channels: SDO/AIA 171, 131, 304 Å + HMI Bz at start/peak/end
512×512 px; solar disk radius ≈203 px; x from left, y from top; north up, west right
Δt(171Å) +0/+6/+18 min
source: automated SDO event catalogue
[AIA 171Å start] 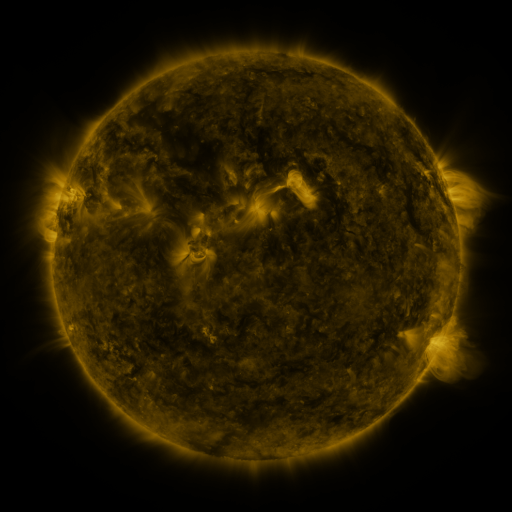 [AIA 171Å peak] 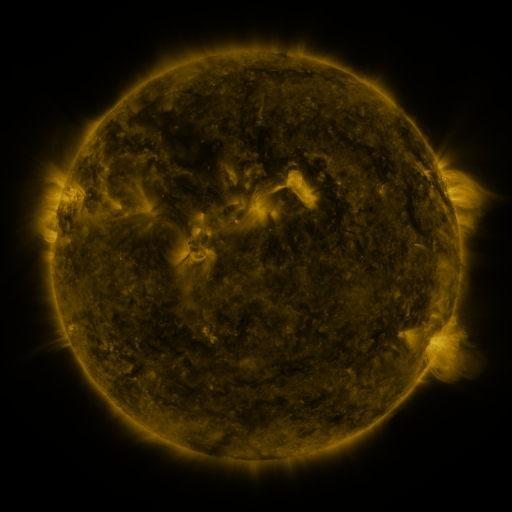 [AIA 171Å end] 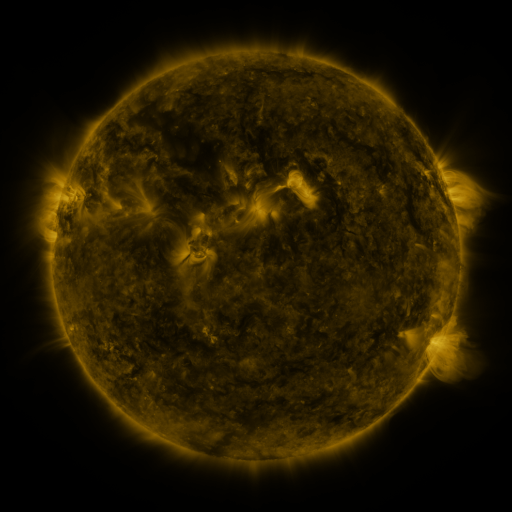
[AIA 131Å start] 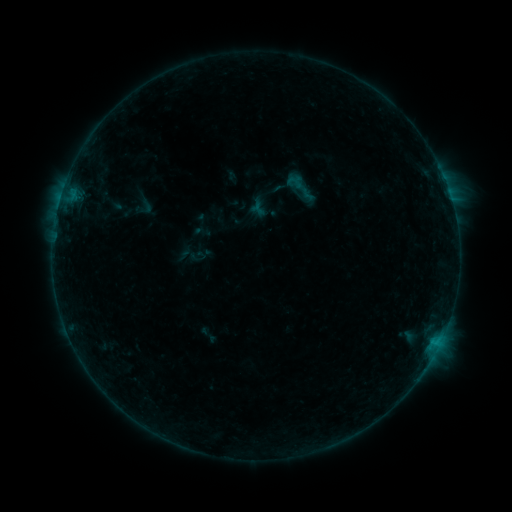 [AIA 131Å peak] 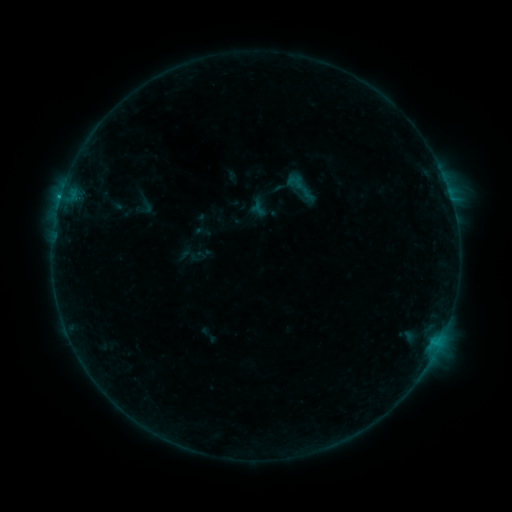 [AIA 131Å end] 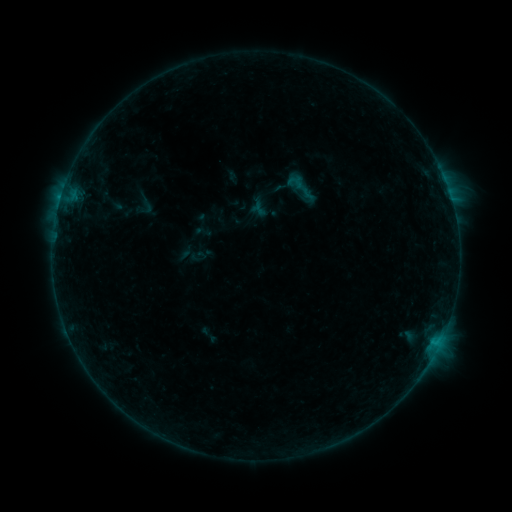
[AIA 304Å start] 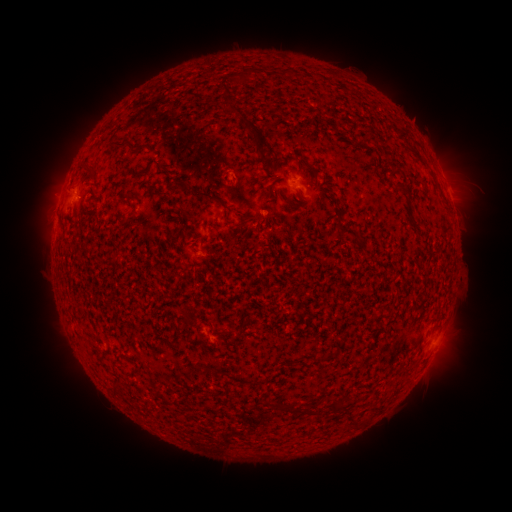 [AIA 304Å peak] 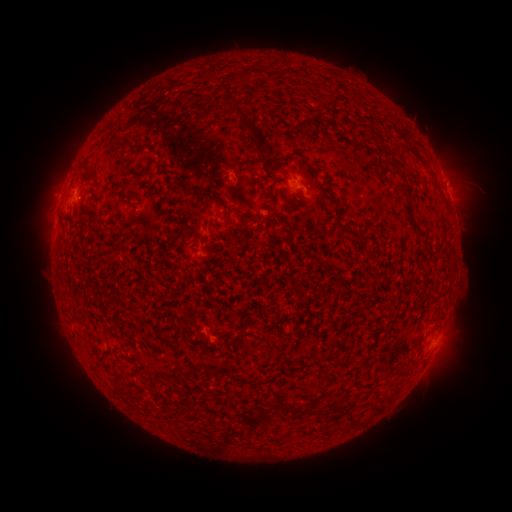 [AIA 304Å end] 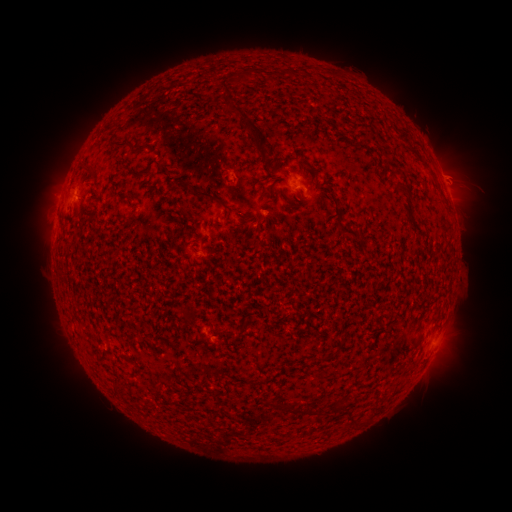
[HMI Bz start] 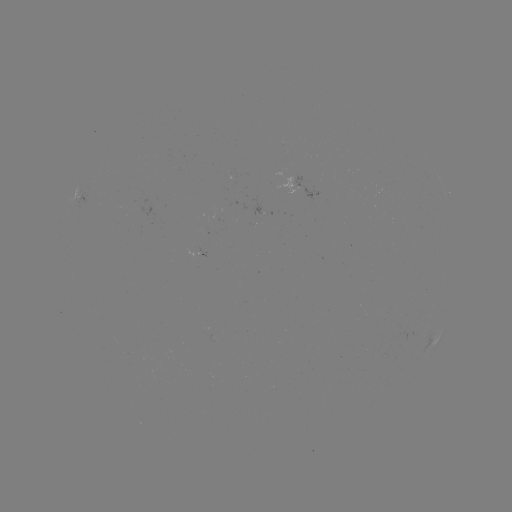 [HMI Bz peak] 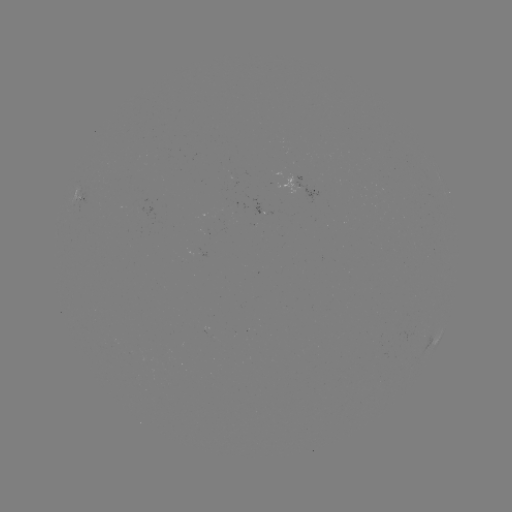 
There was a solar flare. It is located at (60, 200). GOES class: B4.2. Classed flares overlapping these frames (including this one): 1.